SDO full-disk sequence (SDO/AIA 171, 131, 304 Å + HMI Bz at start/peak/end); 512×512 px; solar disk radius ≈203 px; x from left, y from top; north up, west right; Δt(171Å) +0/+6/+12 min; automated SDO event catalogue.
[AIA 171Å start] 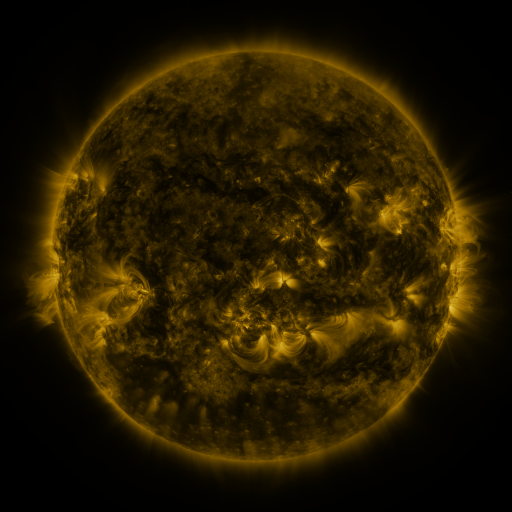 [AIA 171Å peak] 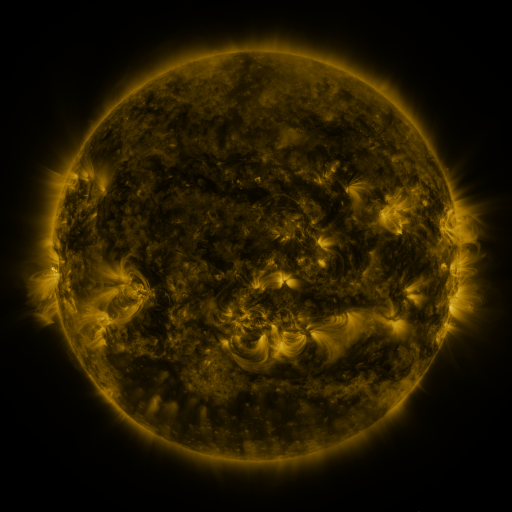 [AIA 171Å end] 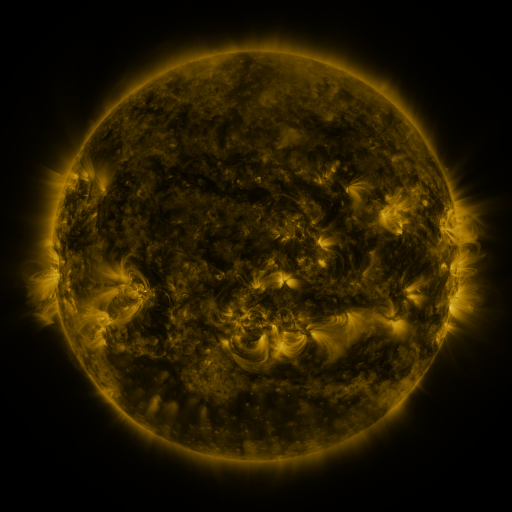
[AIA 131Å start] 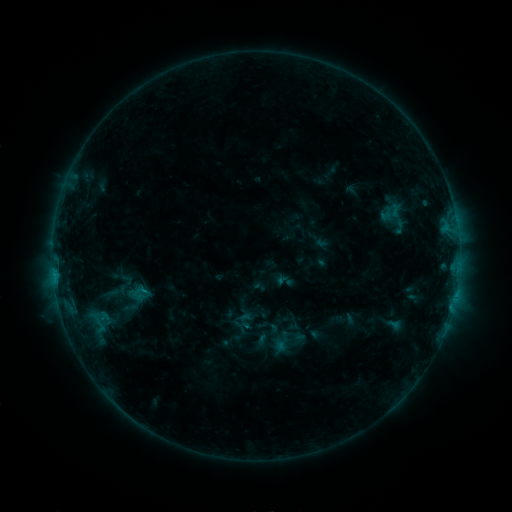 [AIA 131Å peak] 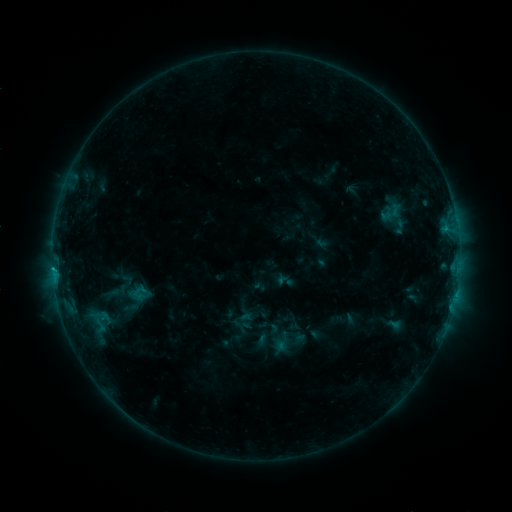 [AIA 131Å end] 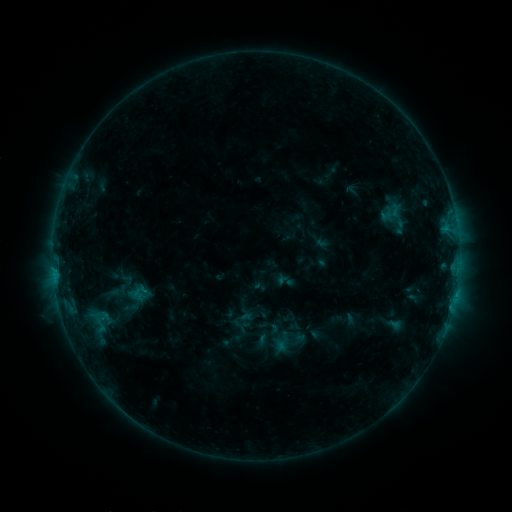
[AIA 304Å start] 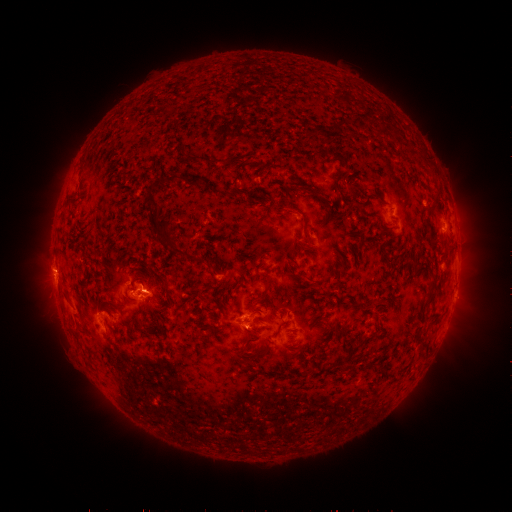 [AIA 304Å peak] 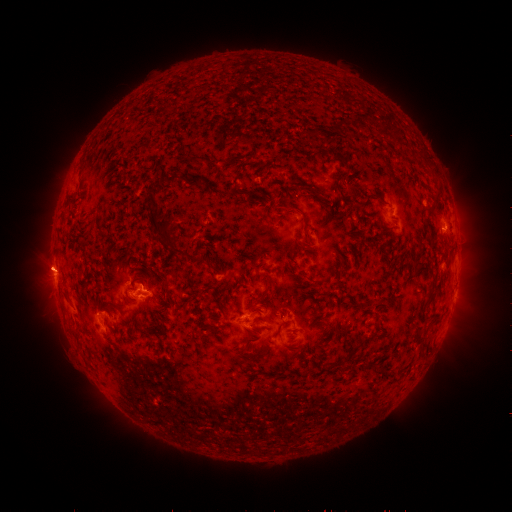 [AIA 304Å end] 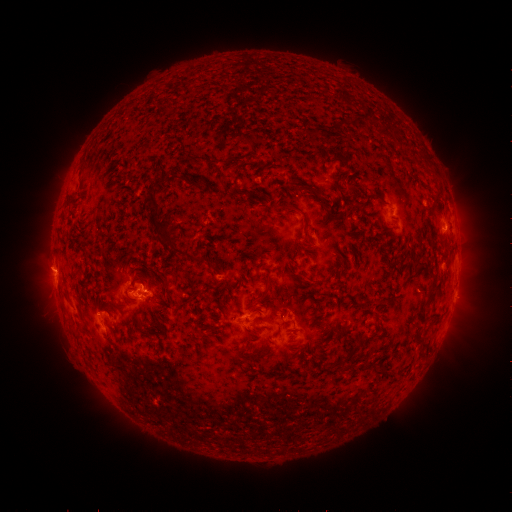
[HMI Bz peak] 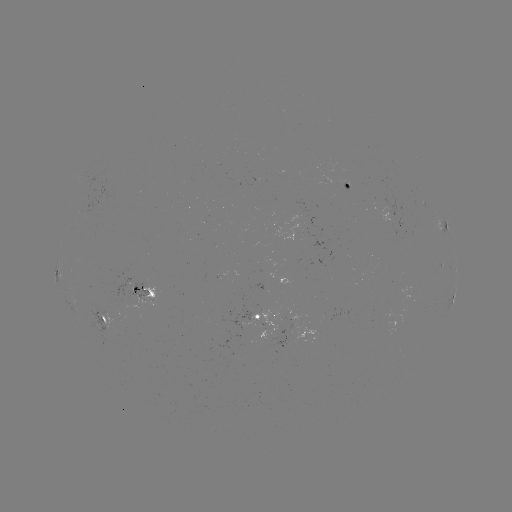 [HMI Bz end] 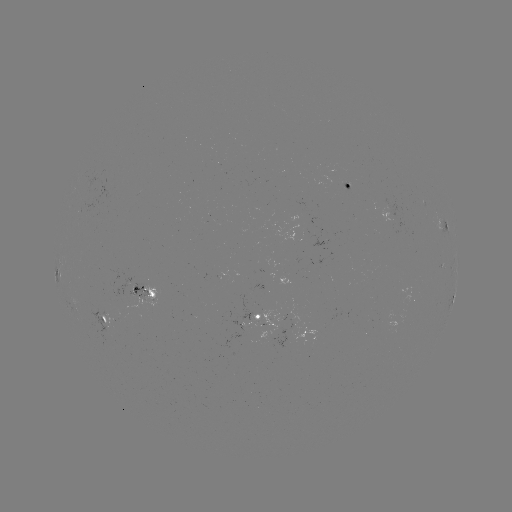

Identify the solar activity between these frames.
eruption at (51, 270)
